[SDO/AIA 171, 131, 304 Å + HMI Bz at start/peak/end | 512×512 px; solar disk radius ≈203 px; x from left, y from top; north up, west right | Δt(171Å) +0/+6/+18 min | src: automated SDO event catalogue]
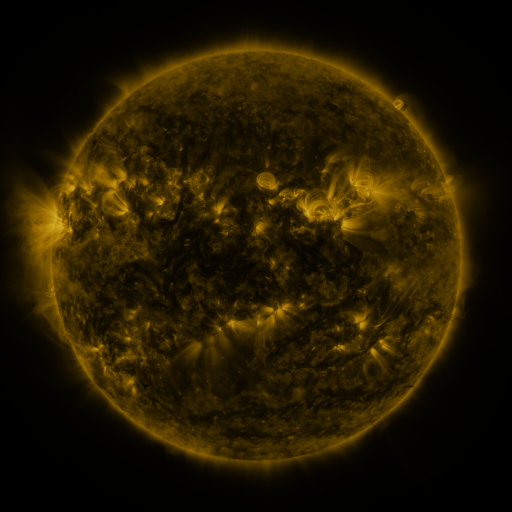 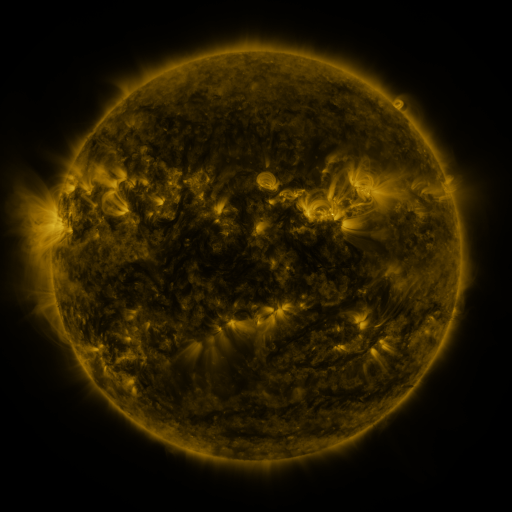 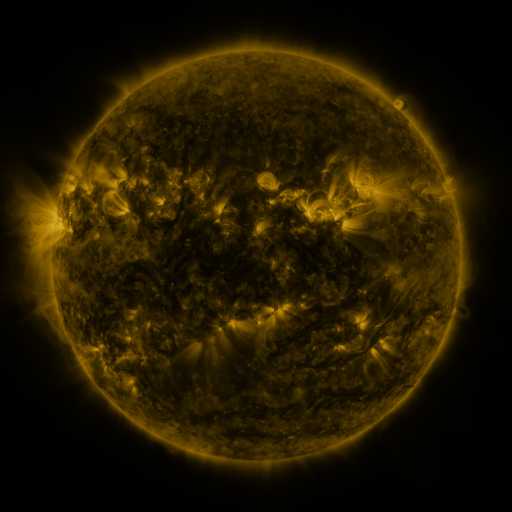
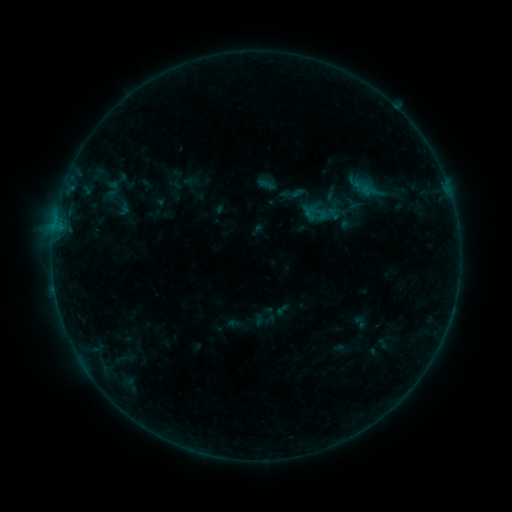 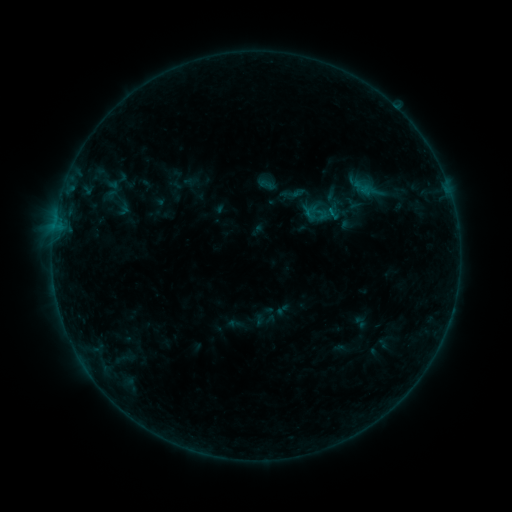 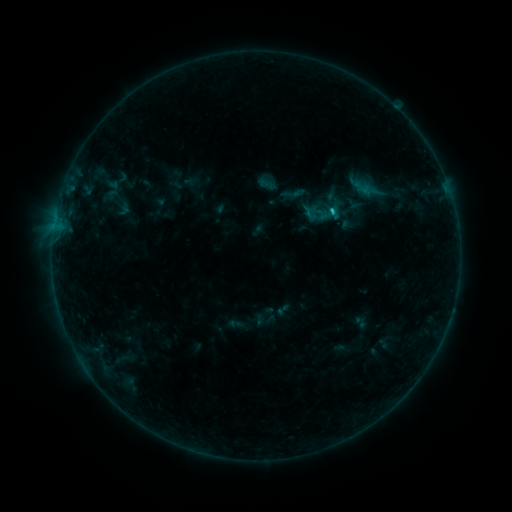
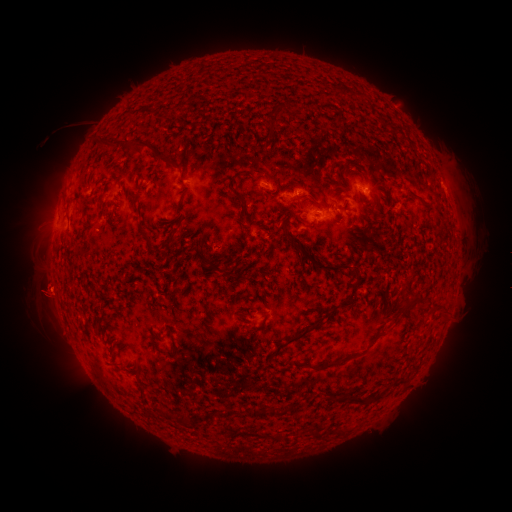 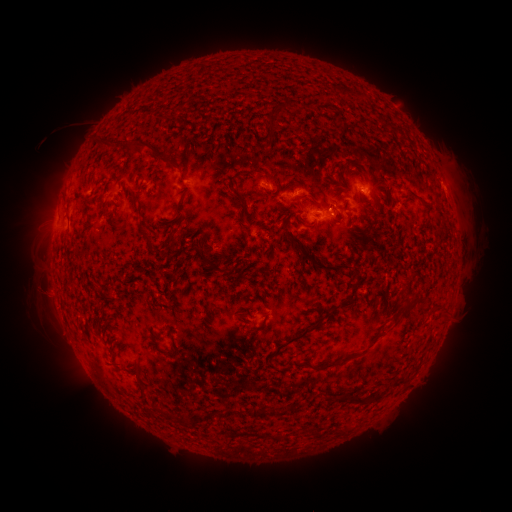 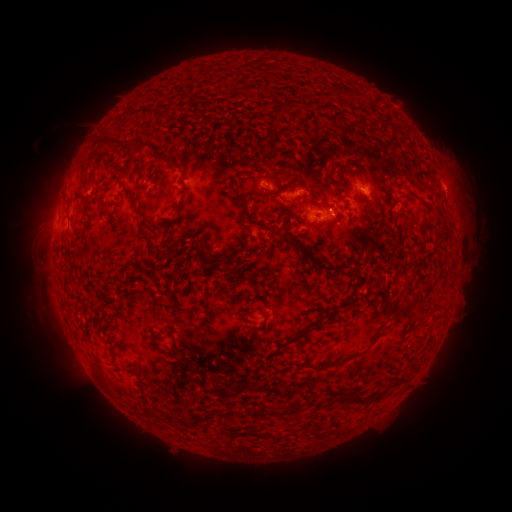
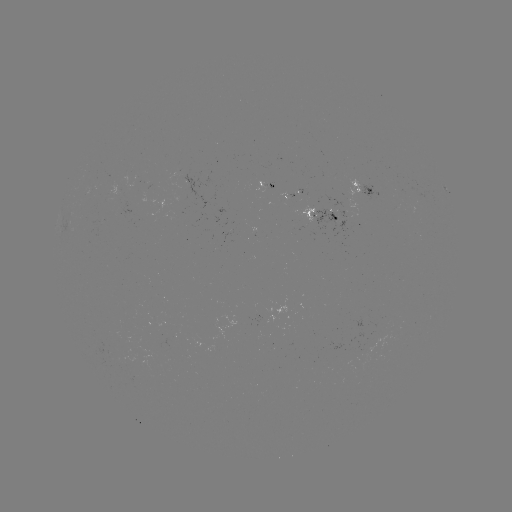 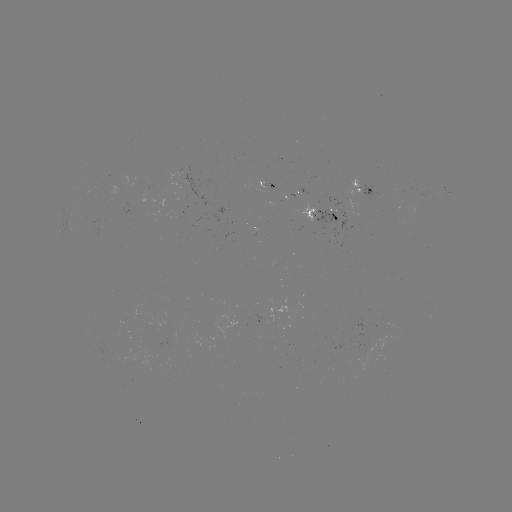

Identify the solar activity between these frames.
B7.9 flare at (330, 211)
